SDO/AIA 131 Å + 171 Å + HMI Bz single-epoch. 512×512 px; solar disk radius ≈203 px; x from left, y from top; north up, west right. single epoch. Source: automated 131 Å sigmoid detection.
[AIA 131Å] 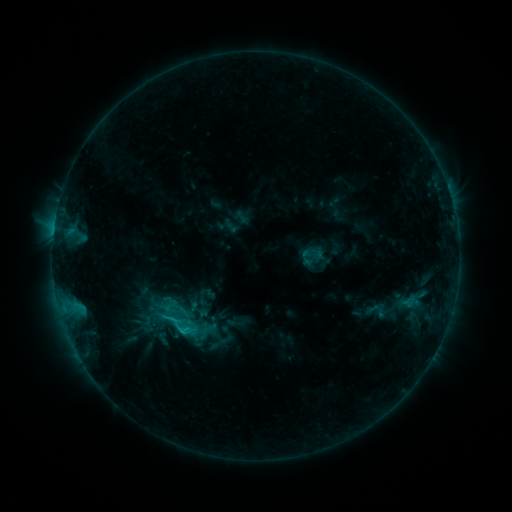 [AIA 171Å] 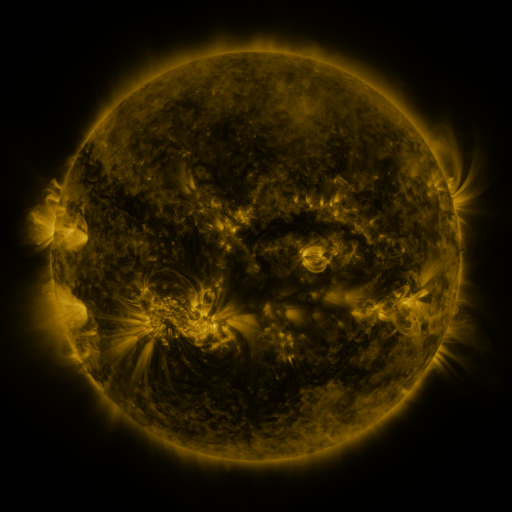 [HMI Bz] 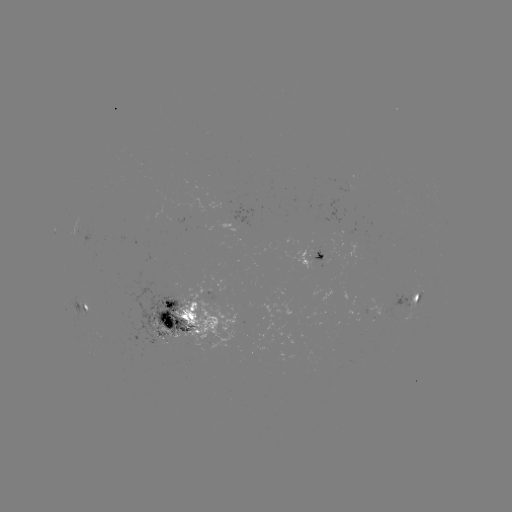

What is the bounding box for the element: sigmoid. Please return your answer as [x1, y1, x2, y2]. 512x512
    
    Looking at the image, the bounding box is [154, 303, 203, 347].